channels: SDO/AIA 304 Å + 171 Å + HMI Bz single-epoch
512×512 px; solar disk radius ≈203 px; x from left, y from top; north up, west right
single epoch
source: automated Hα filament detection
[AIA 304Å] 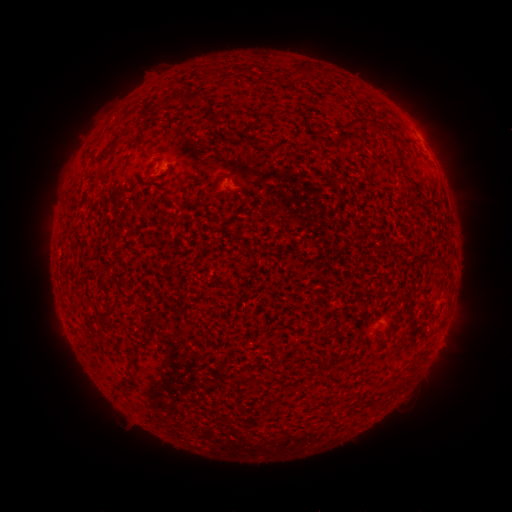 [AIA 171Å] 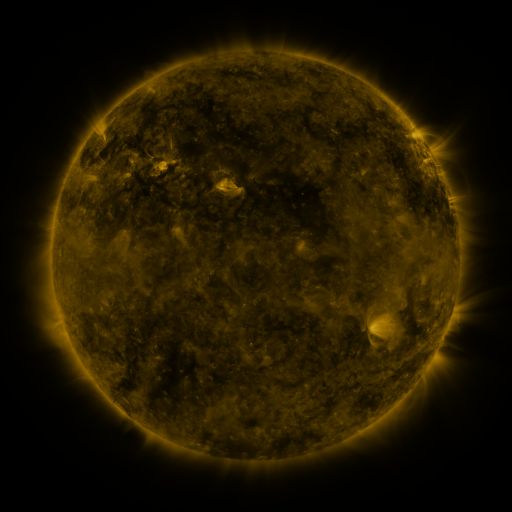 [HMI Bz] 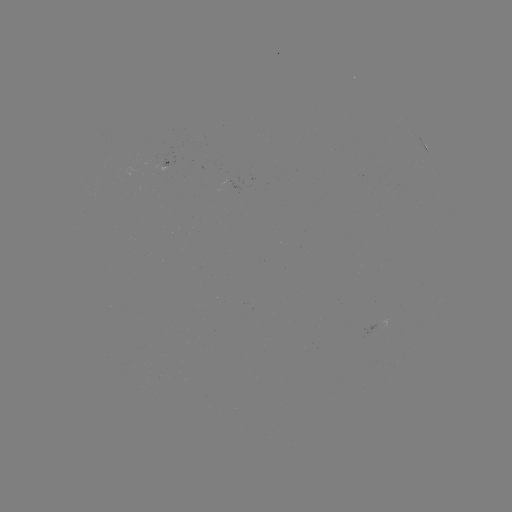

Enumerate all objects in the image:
filament: [298, 63, 308, 72]
filament: [239, 66, 250, 75]
filament: [184, 91, 213, 105]
filament: [279, 110, 289, 118]
filament: [210, 112, 227, 122]
filament: [346, 117, 364, 133]
filament: [368, 124, 381, 134]
filament: [119, 132, 141, 146]
filament: [391, 137, 402, 157]
filament: [250, 139, 265, 149]
filament: [401, 174, 415, 186]
filament: [211, 177, 225, 201]
filament: [126, 348, 140, 362]
